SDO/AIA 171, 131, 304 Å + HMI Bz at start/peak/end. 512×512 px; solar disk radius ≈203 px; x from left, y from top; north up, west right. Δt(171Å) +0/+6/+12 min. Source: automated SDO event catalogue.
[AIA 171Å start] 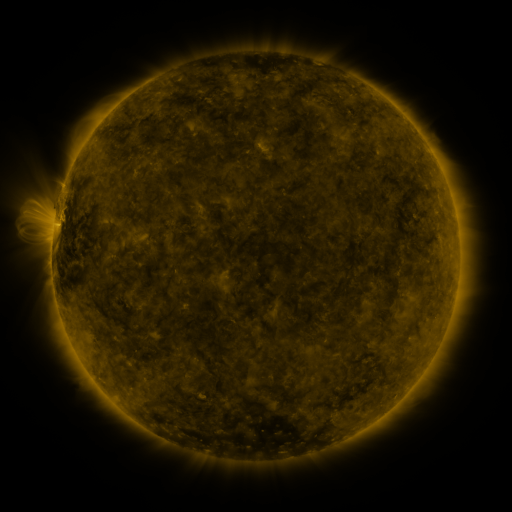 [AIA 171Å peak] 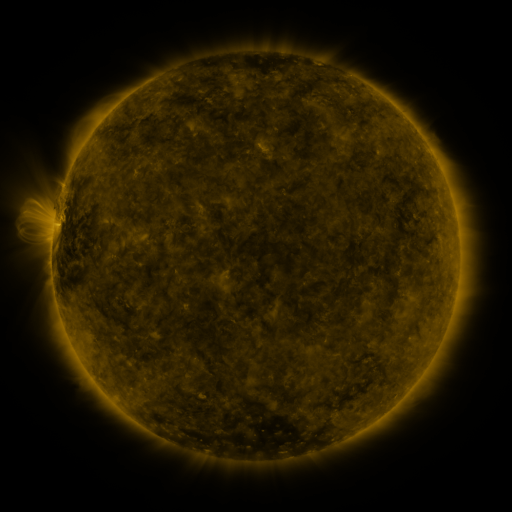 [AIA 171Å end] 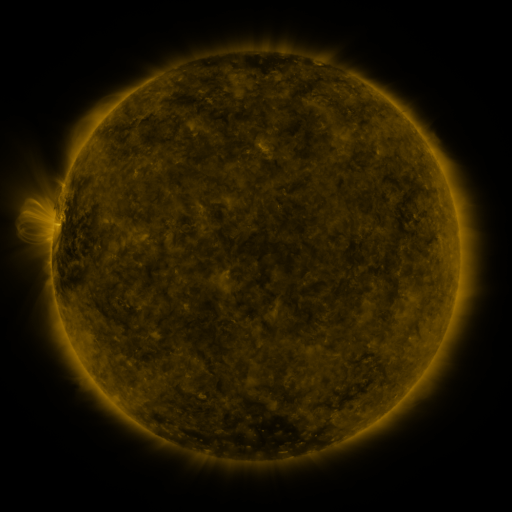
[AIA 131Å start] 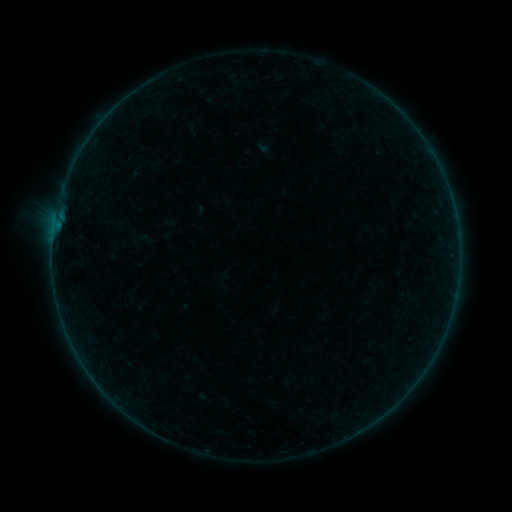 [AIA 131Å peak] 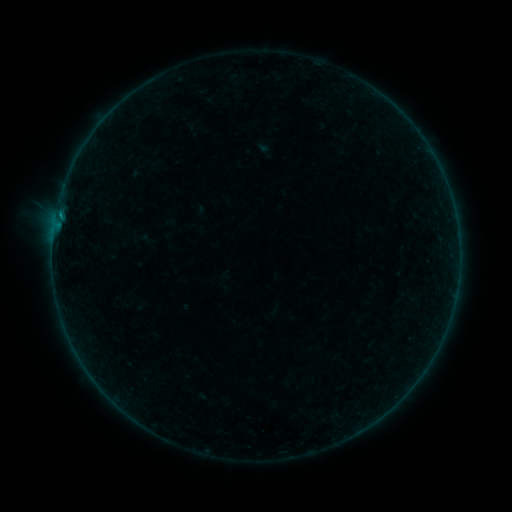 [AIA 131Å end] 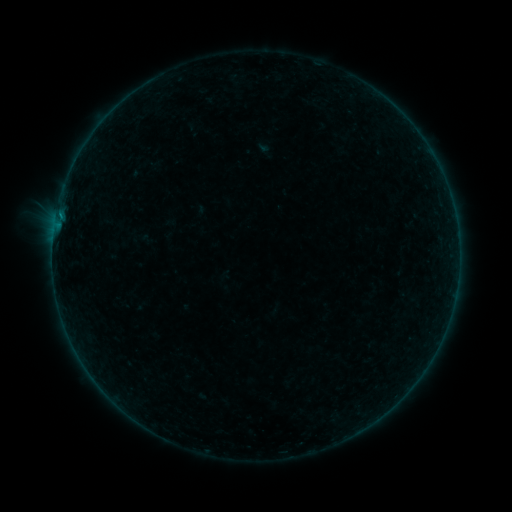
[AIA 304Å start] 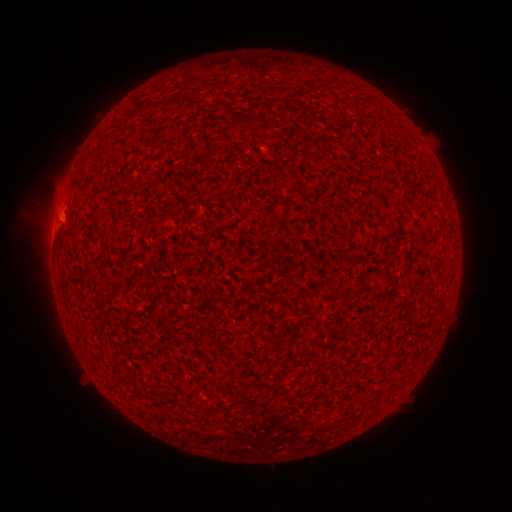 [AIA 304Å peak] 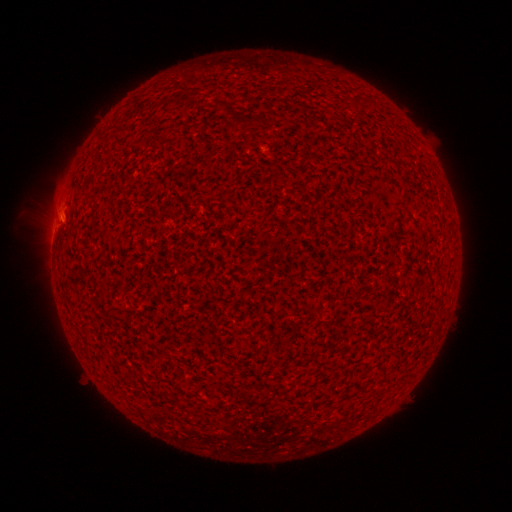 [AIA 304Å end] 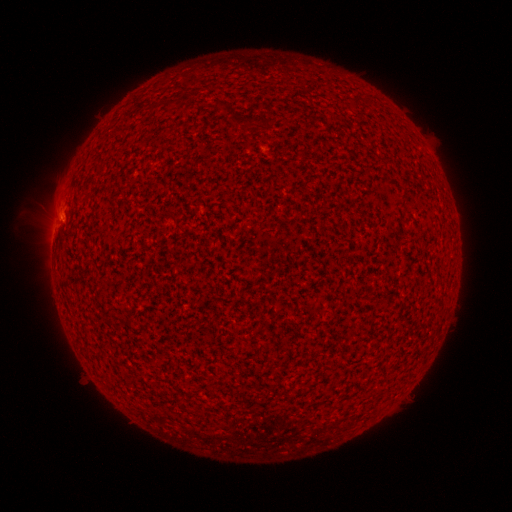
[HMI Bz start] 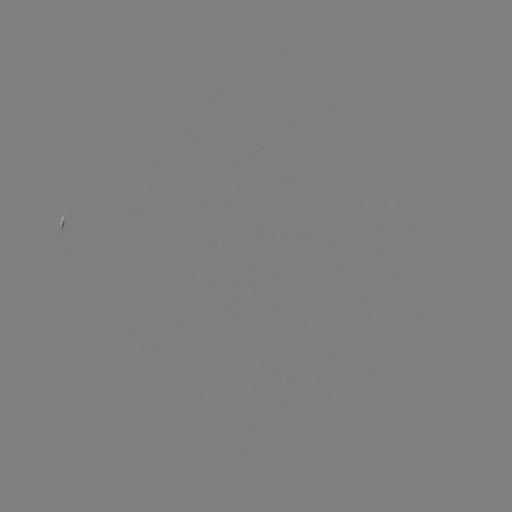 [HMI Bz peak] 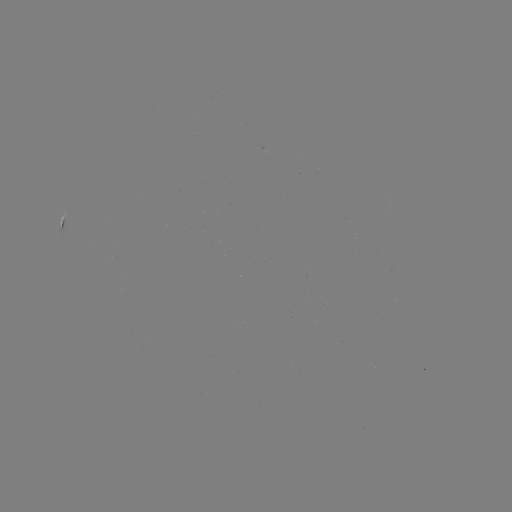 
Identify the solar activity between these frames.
B2.2 flare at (60, 217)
